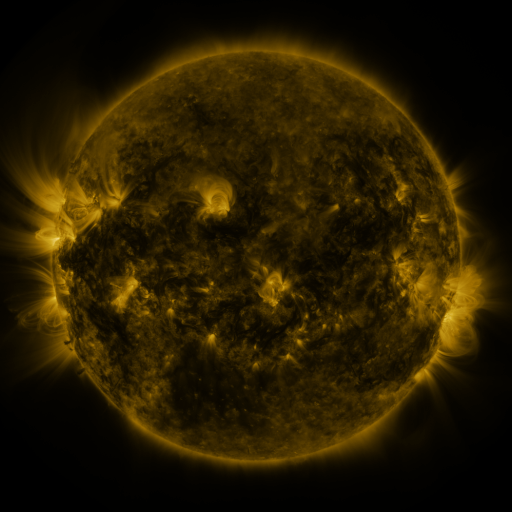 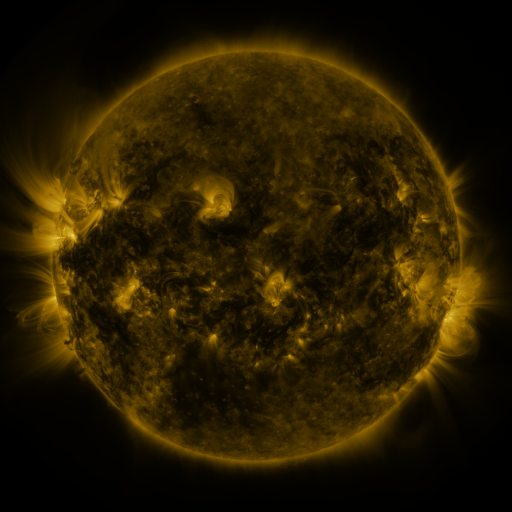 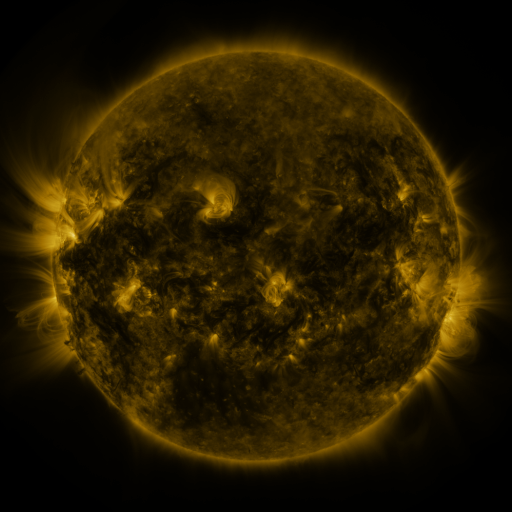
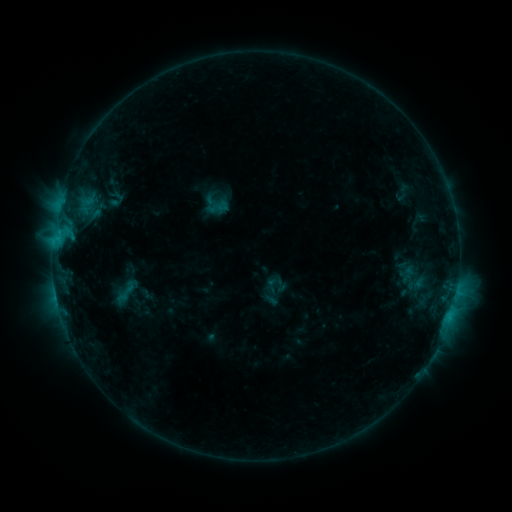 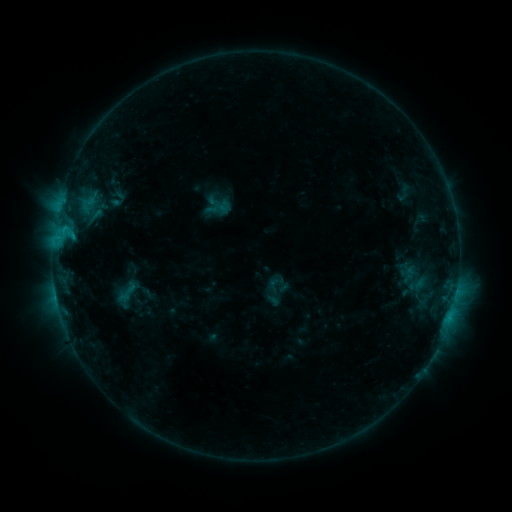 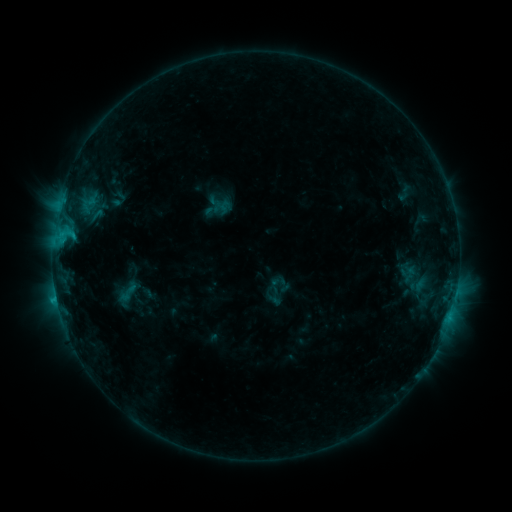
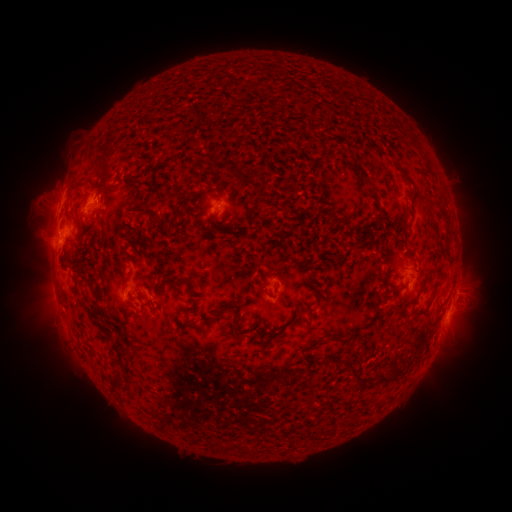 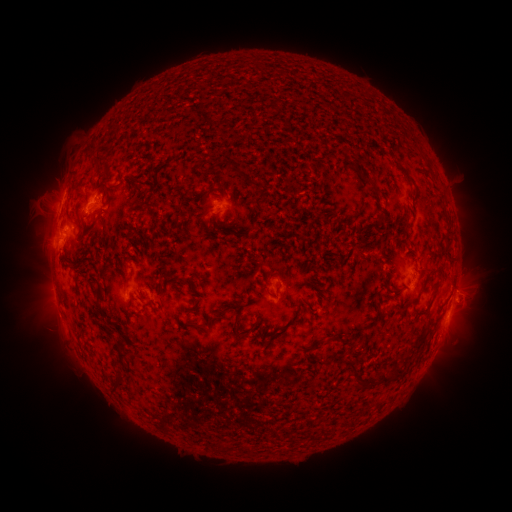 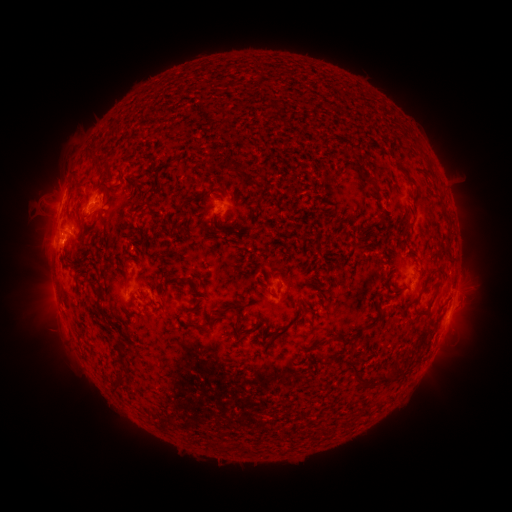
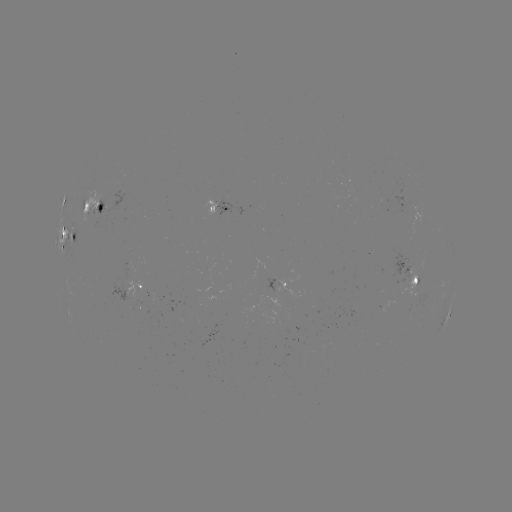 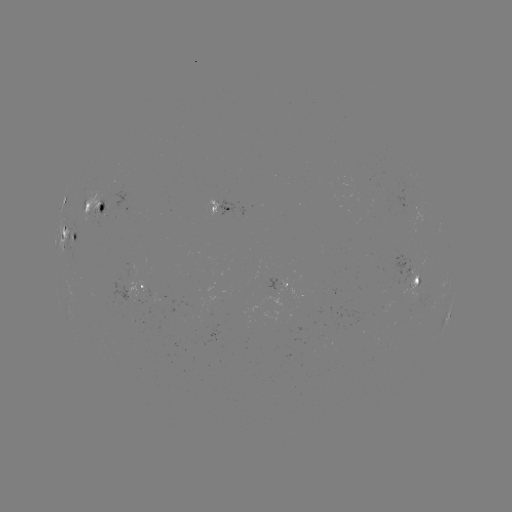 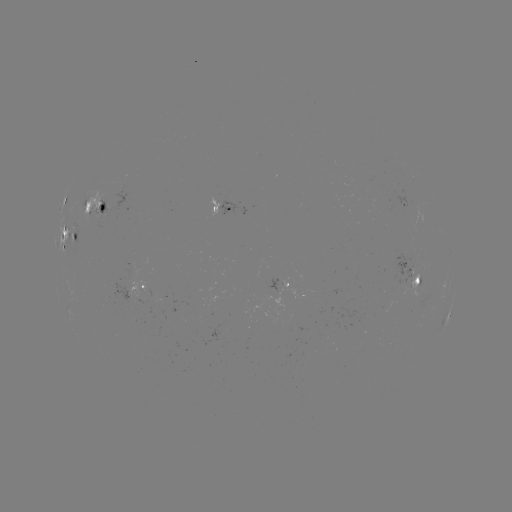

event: emerging-flux region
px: (96, 211)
